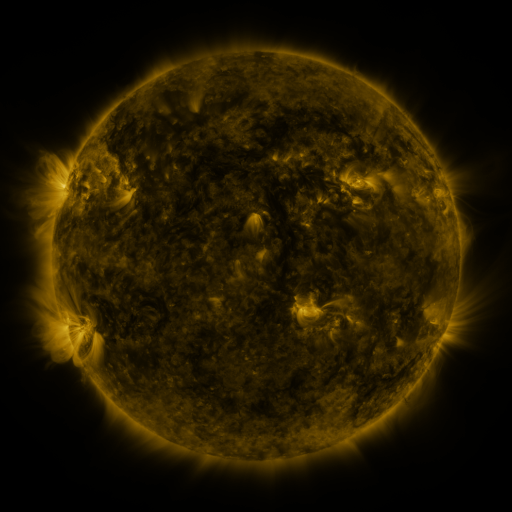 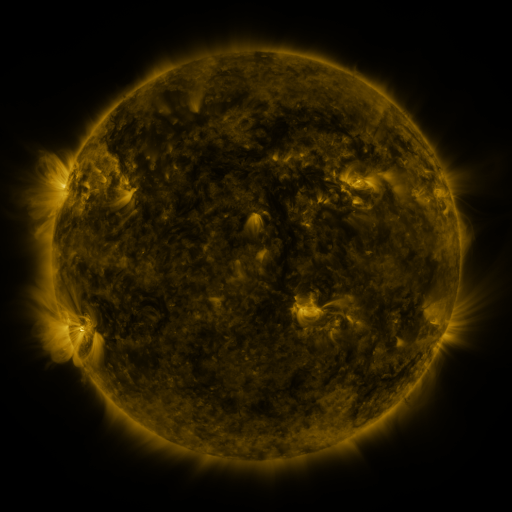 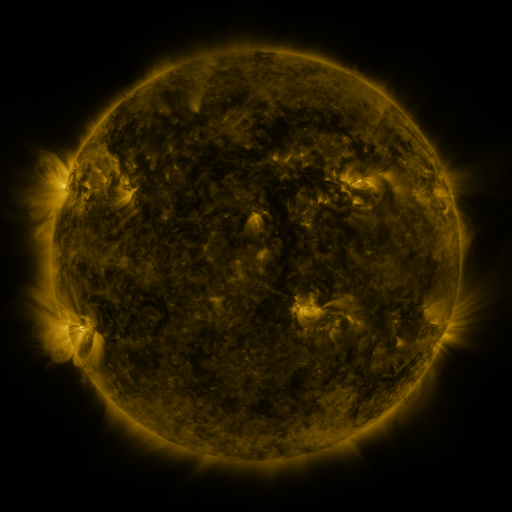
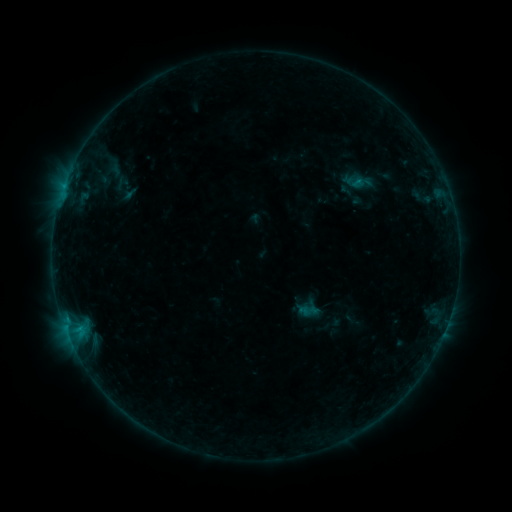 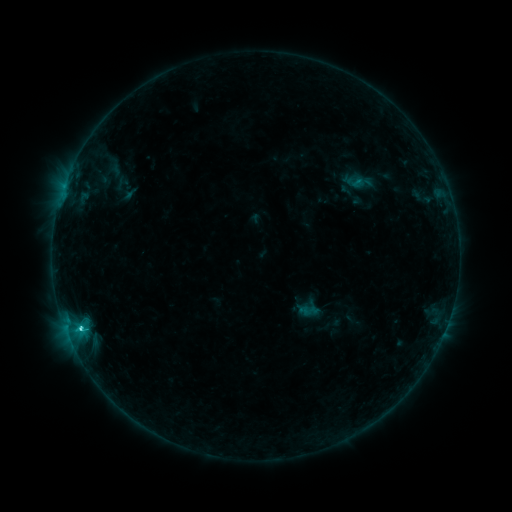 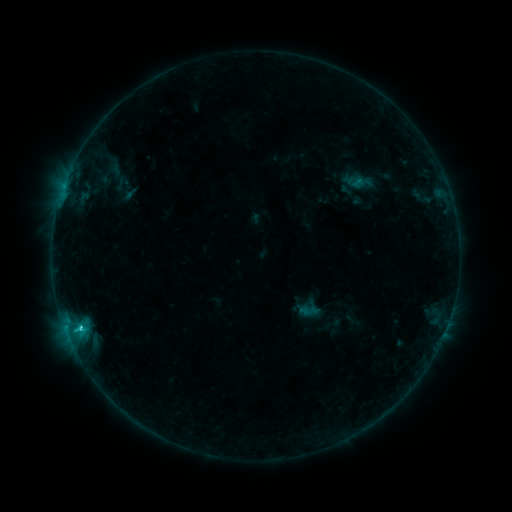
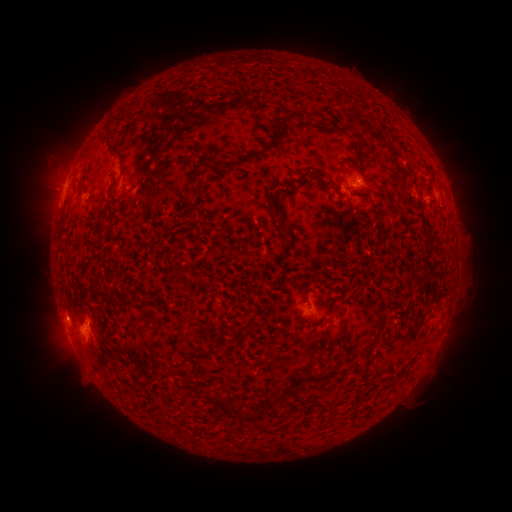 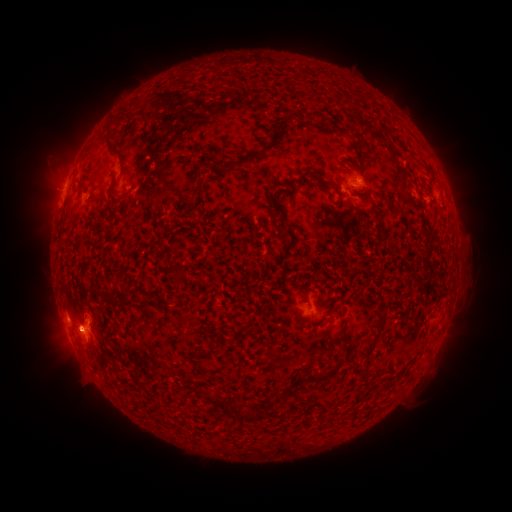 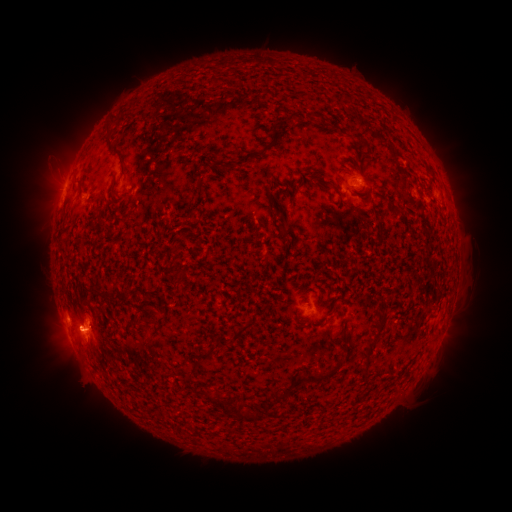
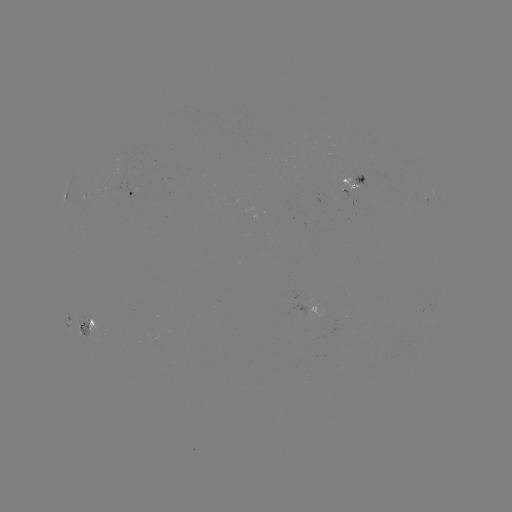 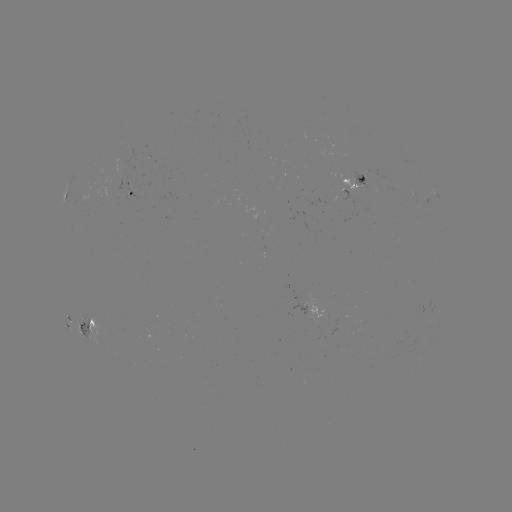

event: flare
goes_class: C2.6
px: (81, 324)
